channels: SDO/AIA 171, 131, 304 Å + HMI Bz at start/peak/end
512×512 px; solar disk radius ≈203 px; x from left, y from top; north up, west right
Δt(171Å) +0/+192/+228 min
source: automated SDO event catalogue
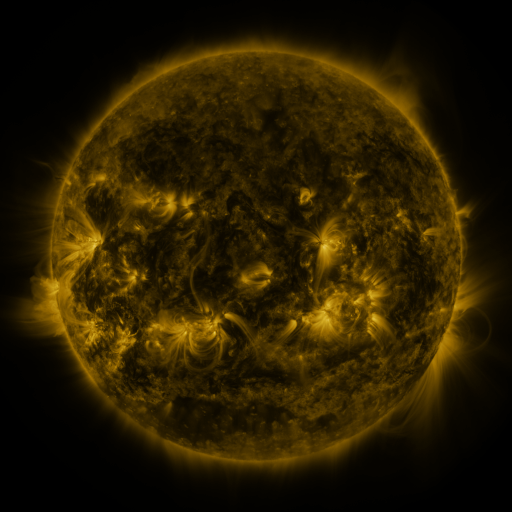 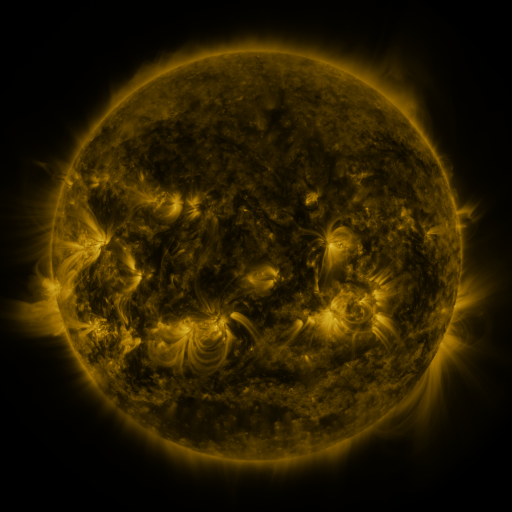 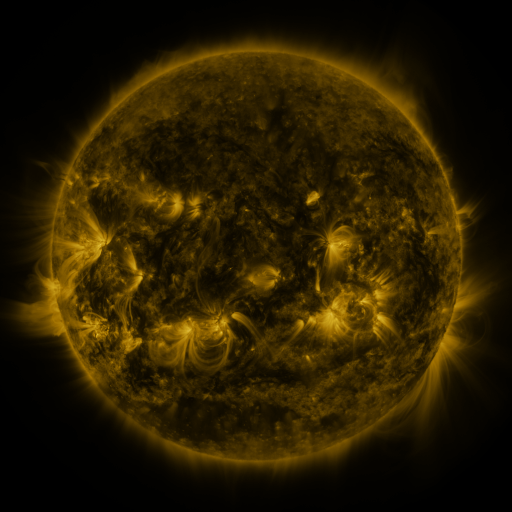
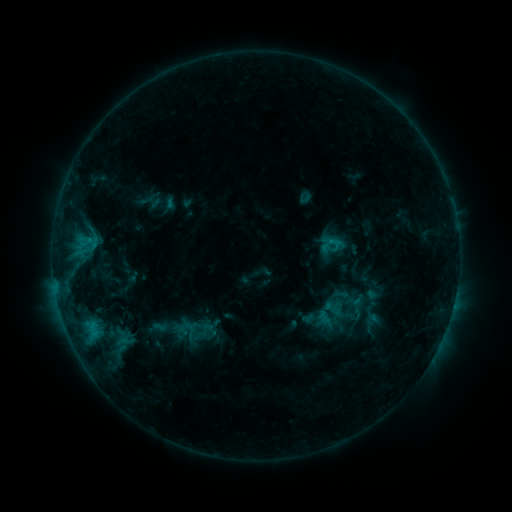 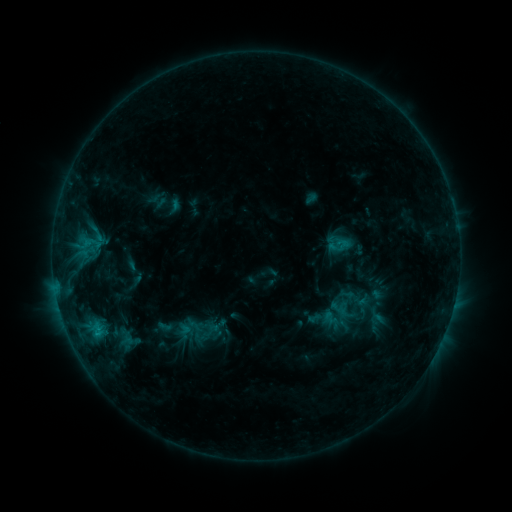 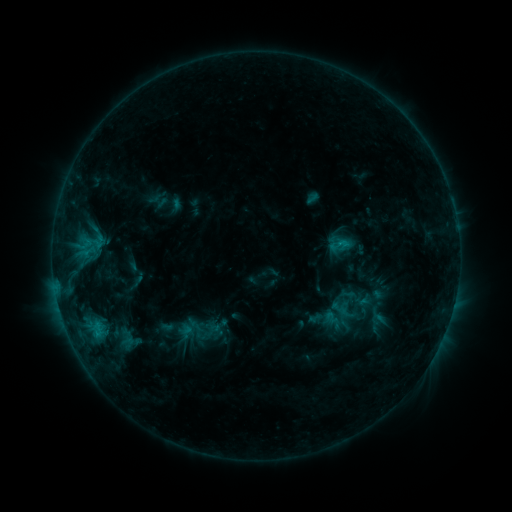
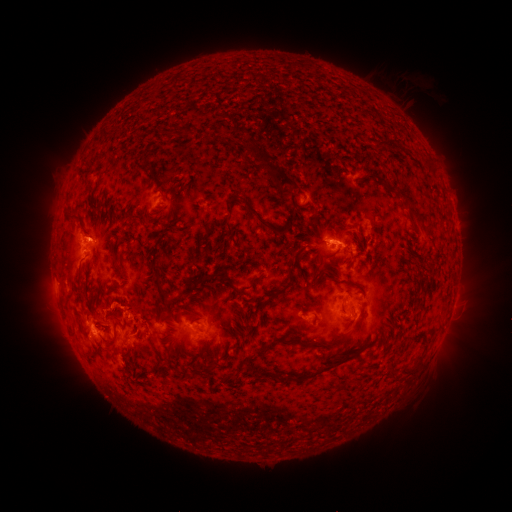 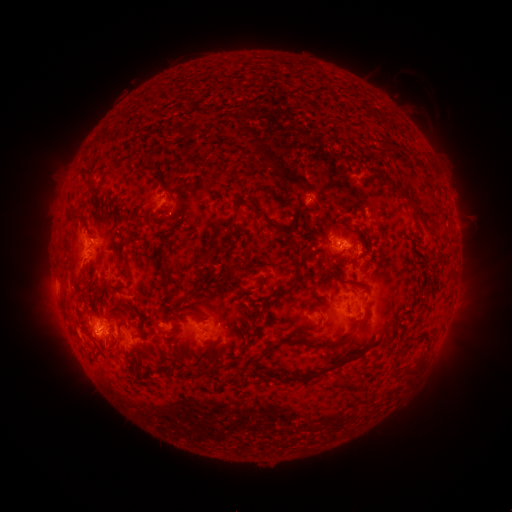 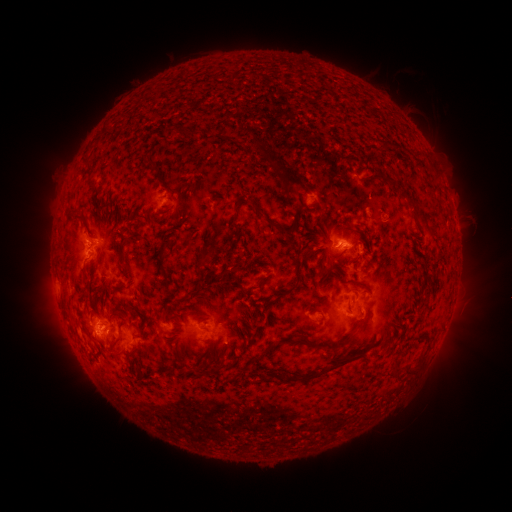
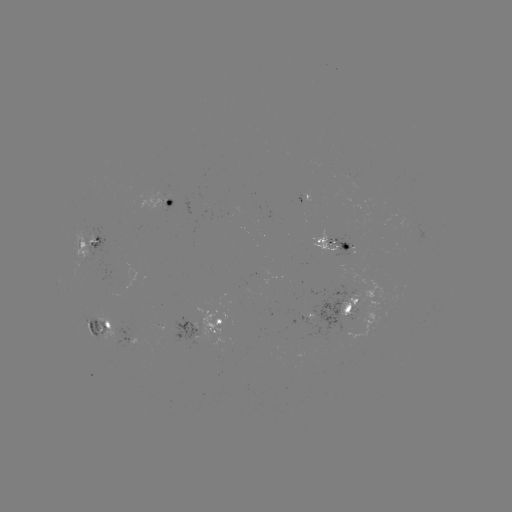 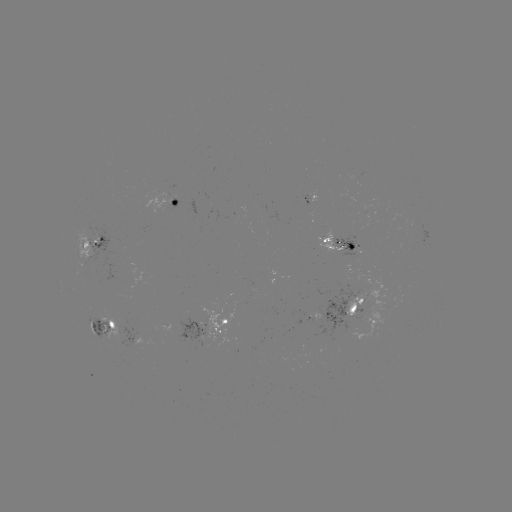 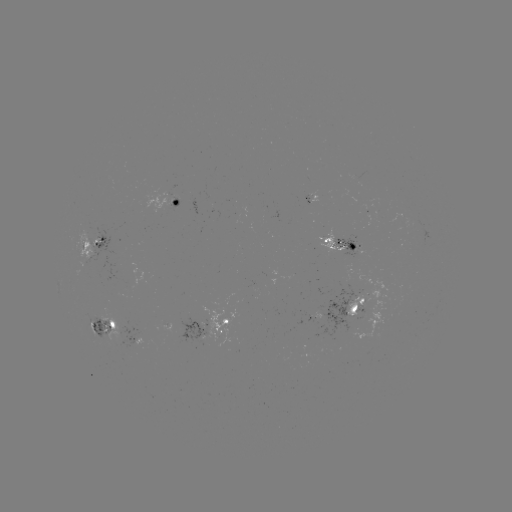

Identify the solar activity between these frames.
emerging-flux region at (354, 247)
